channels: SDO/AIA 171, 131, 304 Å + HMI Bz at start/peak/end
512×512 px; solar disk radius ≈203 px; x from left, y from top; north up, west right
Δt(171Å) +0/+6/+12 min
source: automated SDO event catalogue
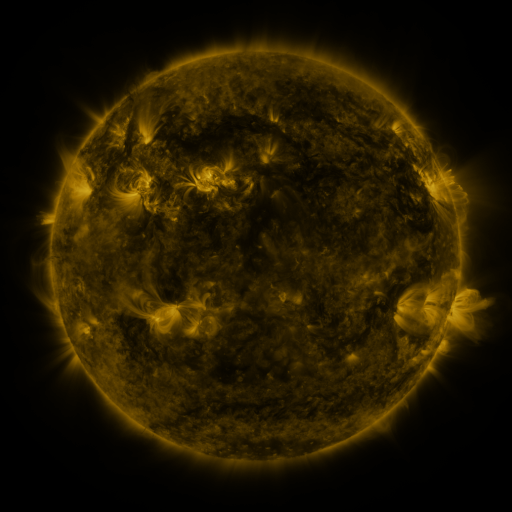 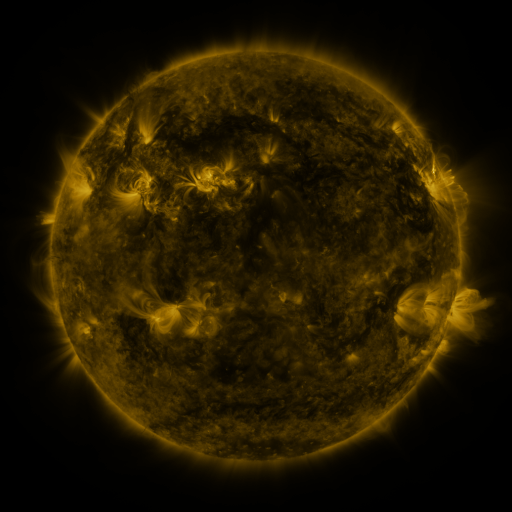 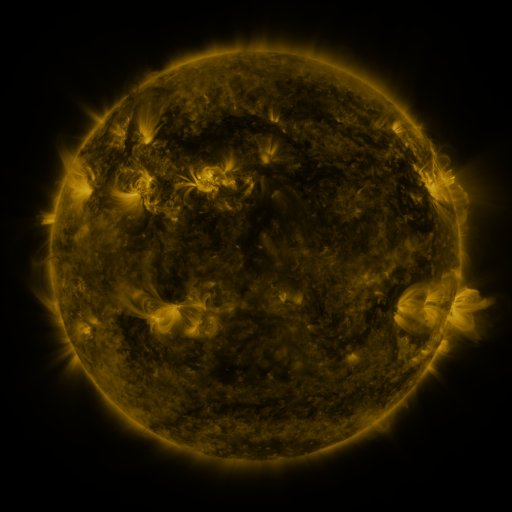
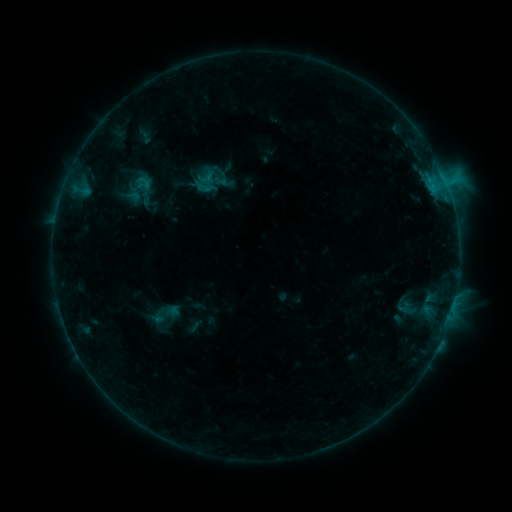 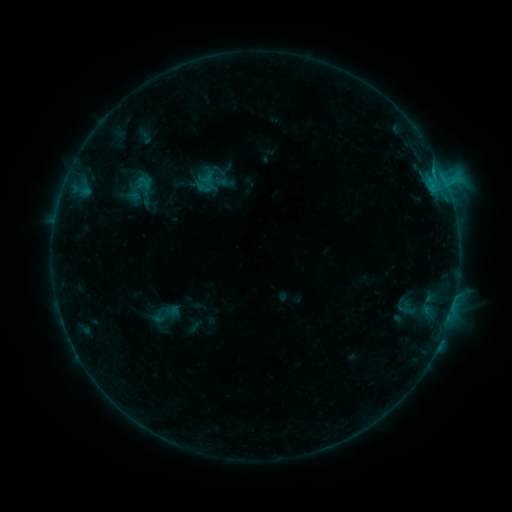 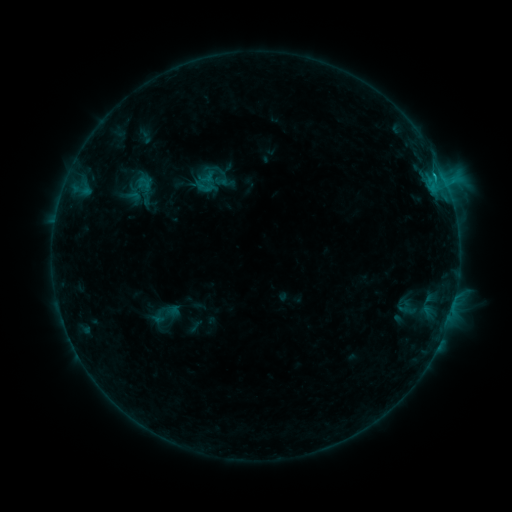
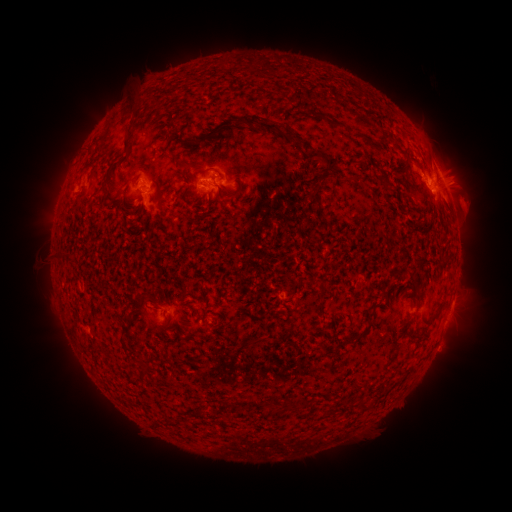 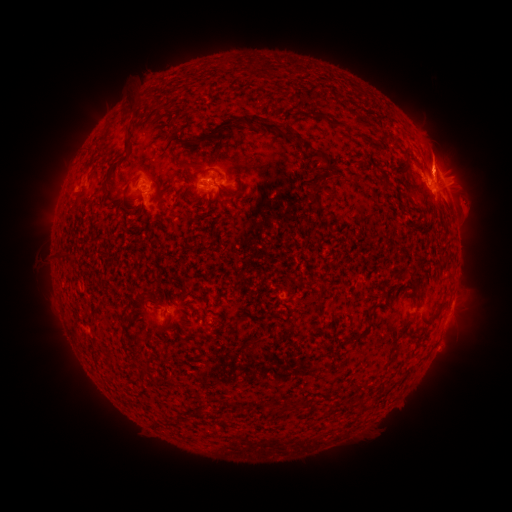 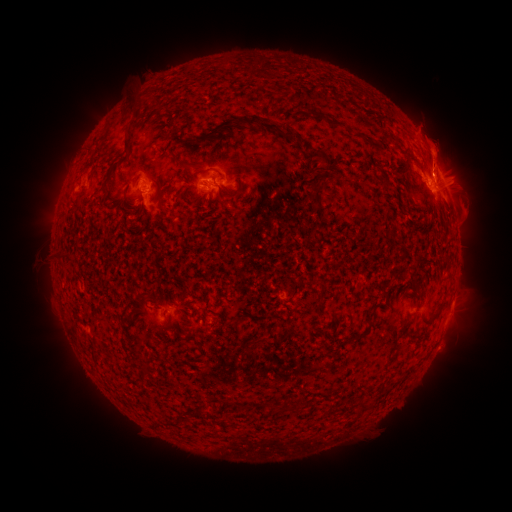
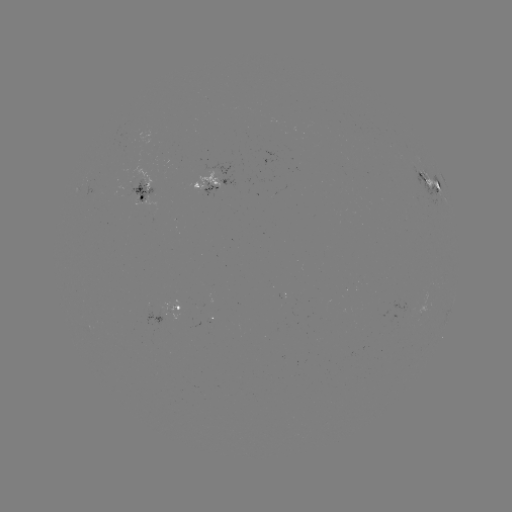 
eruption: <bbox>414, 125, 473, 182</bbox>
